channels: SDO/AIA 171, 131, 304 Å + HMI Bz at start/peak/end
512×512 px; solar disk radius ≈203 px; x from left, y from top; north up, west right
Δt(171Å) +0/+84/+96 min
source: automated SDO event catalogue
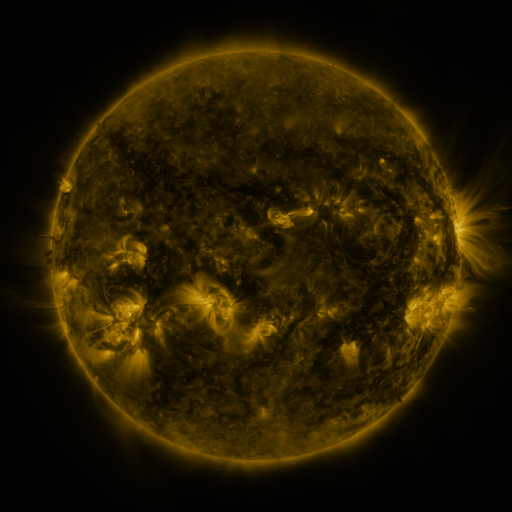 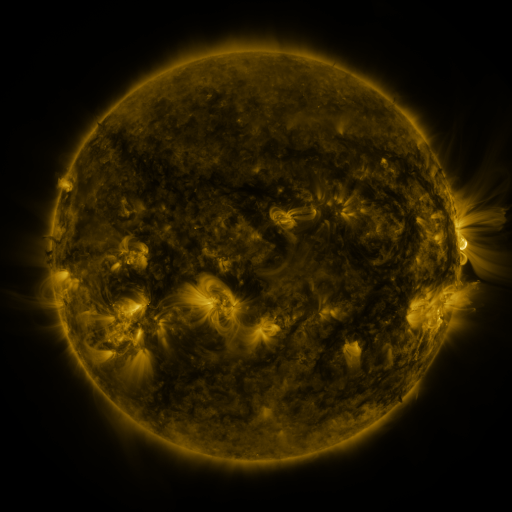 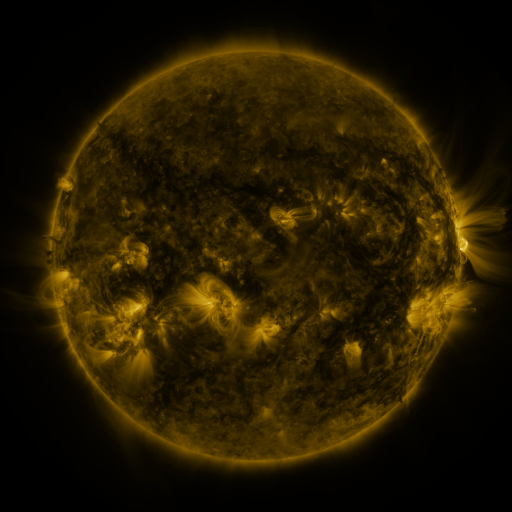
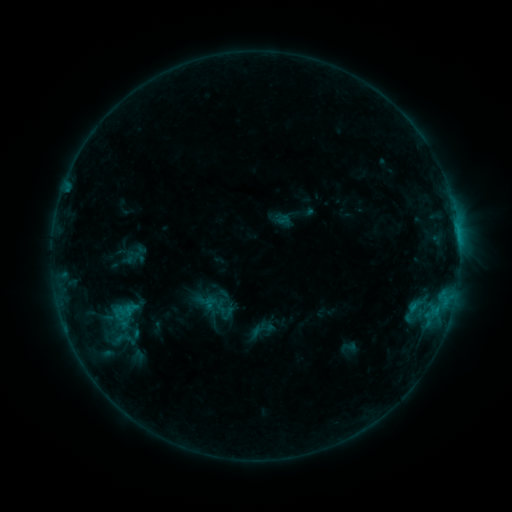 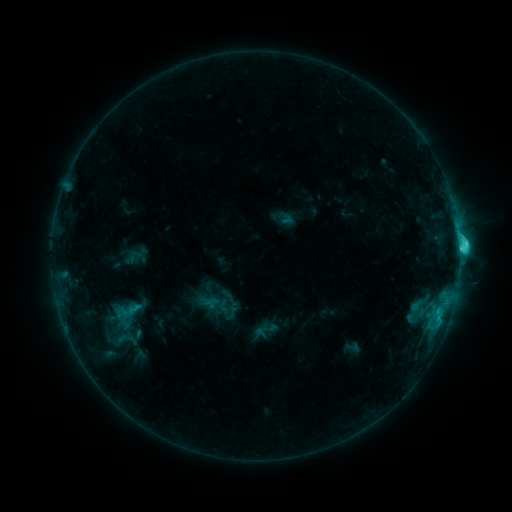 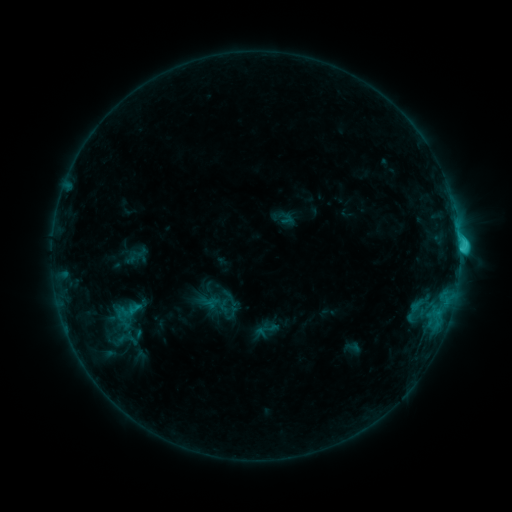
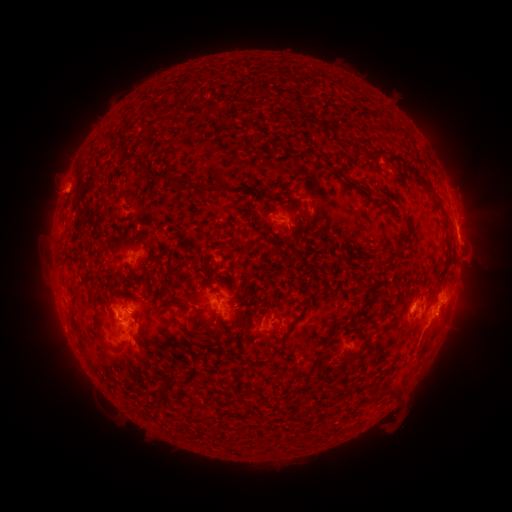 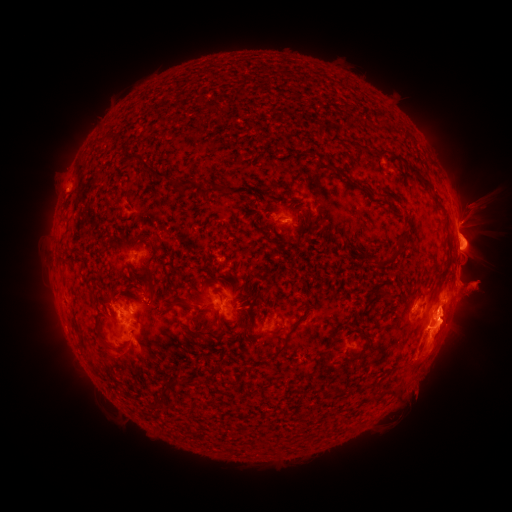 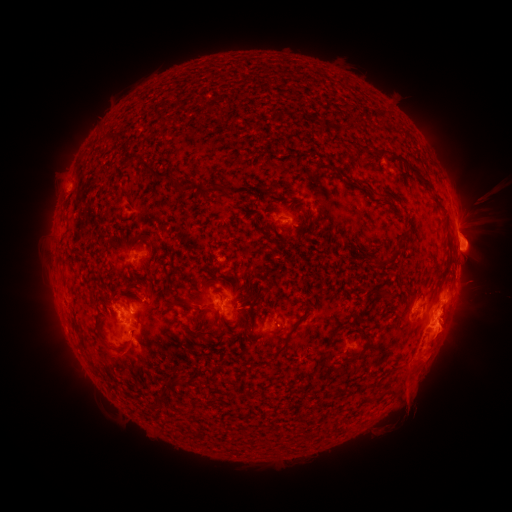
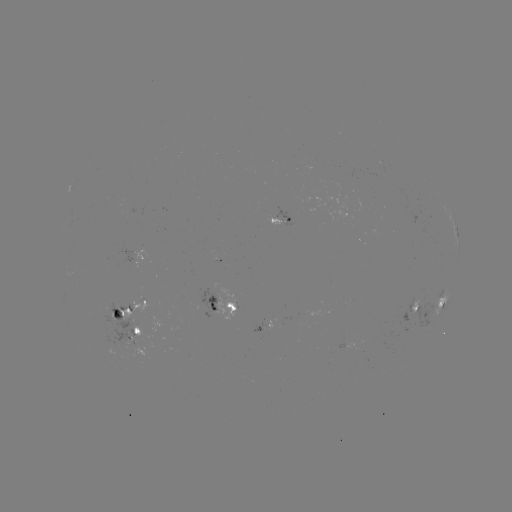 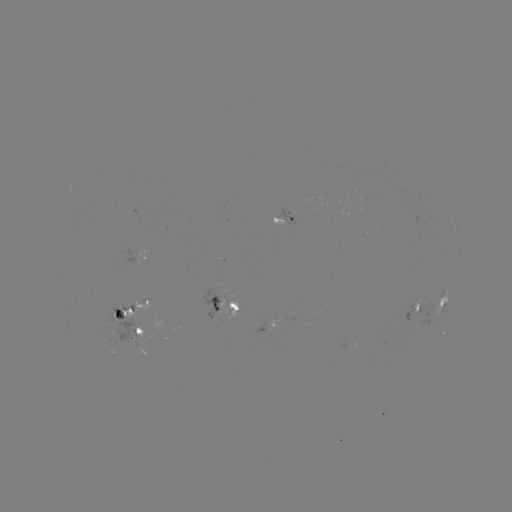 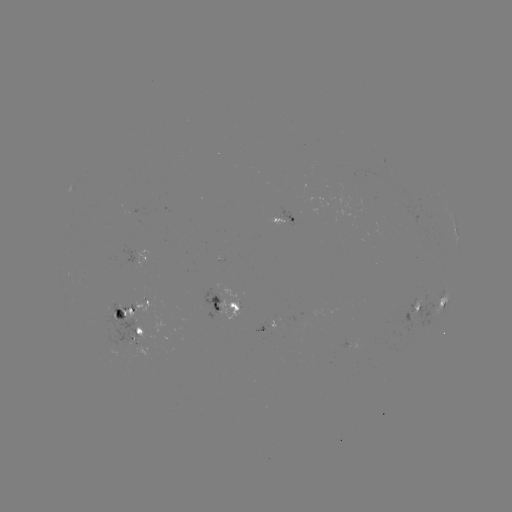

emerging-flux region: <bbox>268, 213, 283, 225</bbox>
